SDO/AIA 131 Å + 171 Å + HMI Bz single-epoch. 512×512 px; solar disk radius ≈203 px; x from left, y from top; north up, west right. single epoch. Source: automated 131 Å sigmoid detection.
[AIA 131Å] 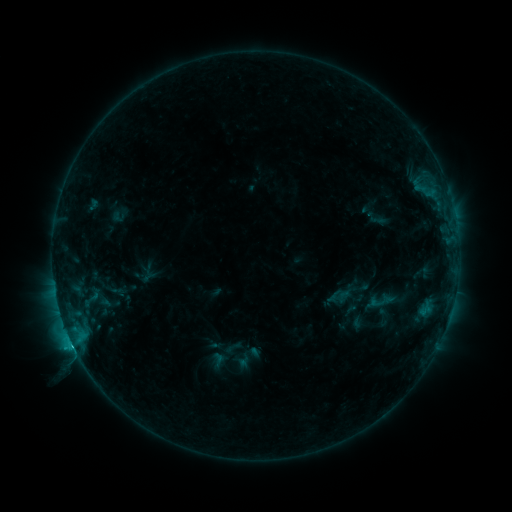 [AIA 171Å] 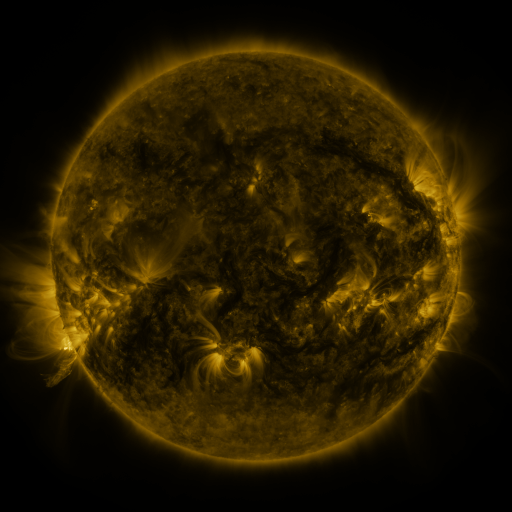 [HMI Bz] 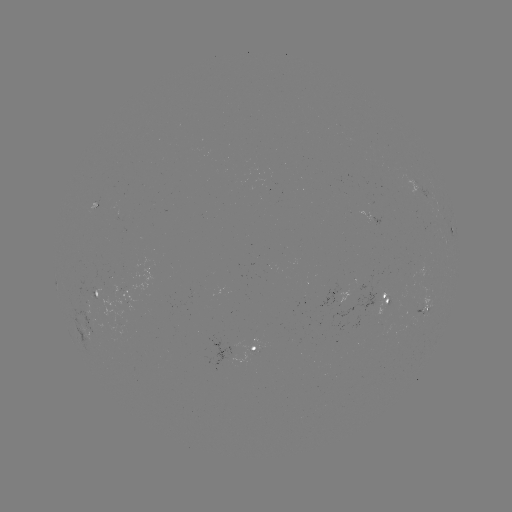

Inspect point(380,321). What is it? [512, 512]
sigmoid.